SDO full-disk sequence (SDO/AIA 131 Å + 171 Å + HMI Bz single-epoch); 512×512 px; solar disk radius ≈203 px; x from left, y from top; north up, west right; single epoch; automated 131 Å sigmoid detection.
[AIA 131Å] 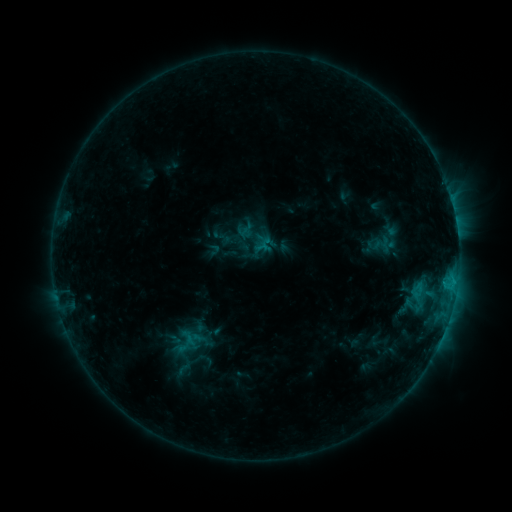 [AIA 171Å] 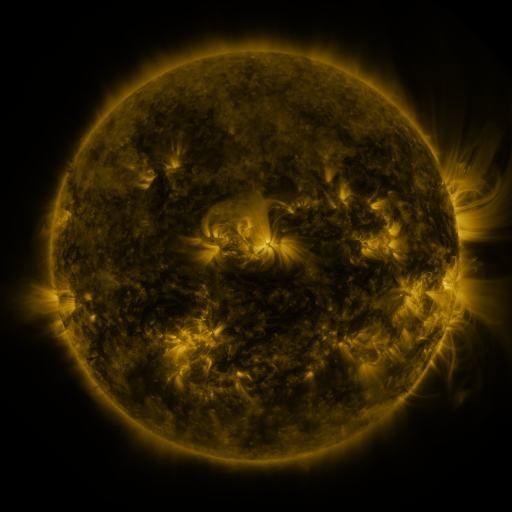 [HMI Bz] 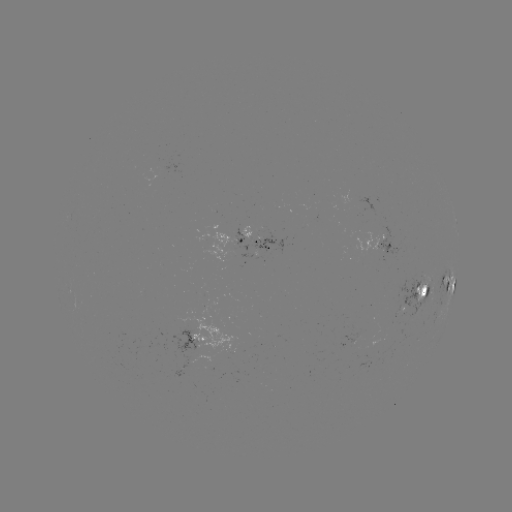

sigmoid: <bbox>166, 356, 201, 381</bbox>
